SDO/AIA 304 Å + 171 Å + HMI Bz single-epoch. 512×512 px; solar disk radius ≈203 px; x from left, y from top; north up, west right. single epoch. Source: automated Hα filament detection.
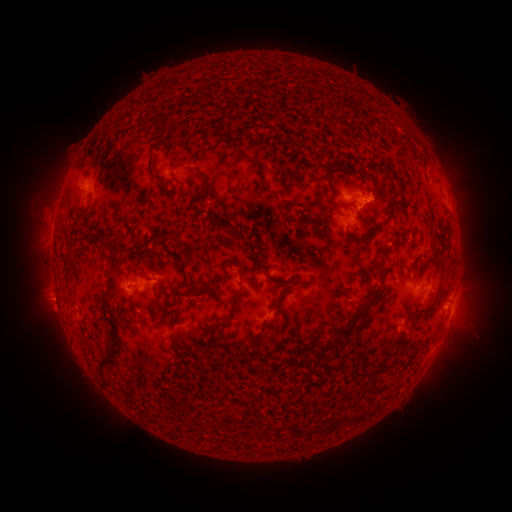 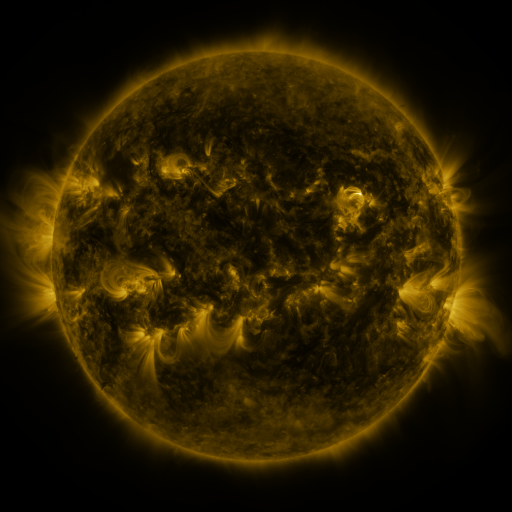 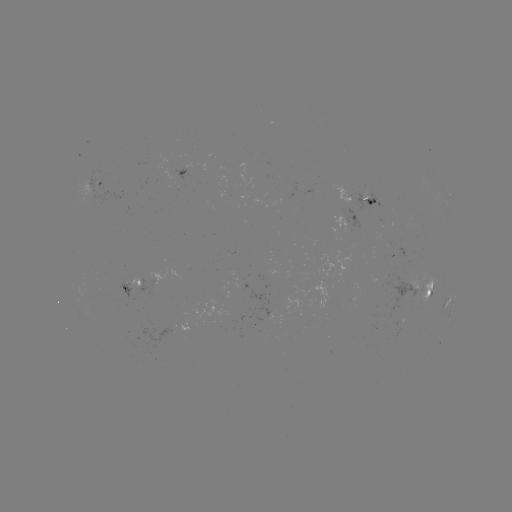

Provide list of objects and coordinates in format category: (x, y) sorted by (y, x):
filament: (166, 94)
filament: (339, 110)
filament: (243, 130)
filament: (264, 133)
filament: (312, 136)
filament: (228, 138)
filament: (369, 162)
filament: (254, 163)
filament: (389, 167)
filament: (198, 173)
filament: (350, 173)
filament: (149, 174)
filament: (327, 176)
filament: (267, 186)
filament: (409, 186)
filament: (216, 204)
filament: (331, 208)
filament: (389, 211)
filament: (297, 216)
filament: (213, 219)
filament: (398, 223)
filament: (88, 238)
filament: (257, 243)
filament: (182, 244)
filament: (386, 249)
filament: (432, 250)
filament: (72, 254)
filament: (158, 258)
filament: (270, 276)
filament: (126, 278)
filament: (178, 289)
filament: (375, 289)
filament: (211, 290)
filament: (285, 291)
filament: (328, 307)
filament: (156, 309)
filament: (106, 311)
filament: (233, 313)
filament: (292, 324)
filament: (259, 336)
filament: (340, 338)
filament: (175, 343)
filament: (195, 343)
filament: (113, 356)
filament: (190, 361)
filament: (178, 363)
filament: (376, 382)
filament: (177, 395)
